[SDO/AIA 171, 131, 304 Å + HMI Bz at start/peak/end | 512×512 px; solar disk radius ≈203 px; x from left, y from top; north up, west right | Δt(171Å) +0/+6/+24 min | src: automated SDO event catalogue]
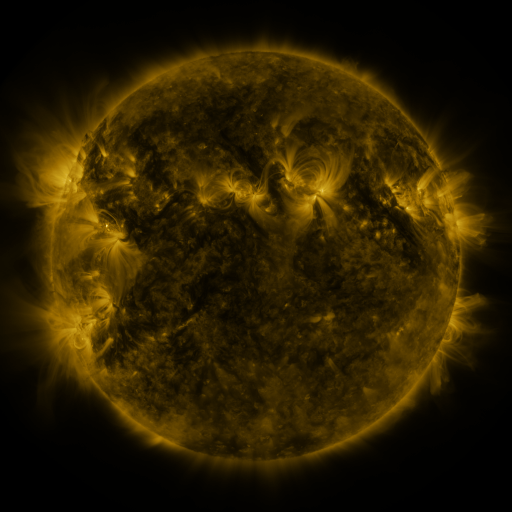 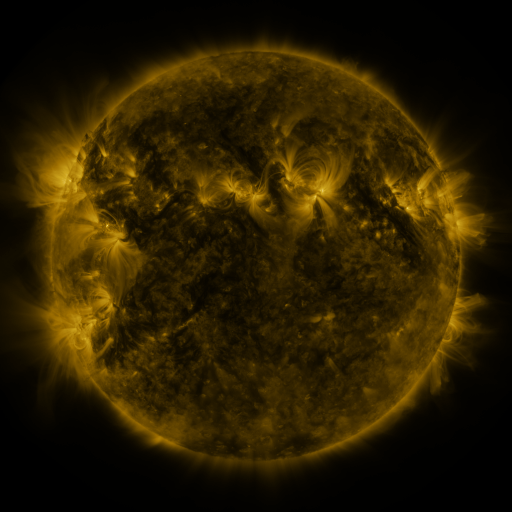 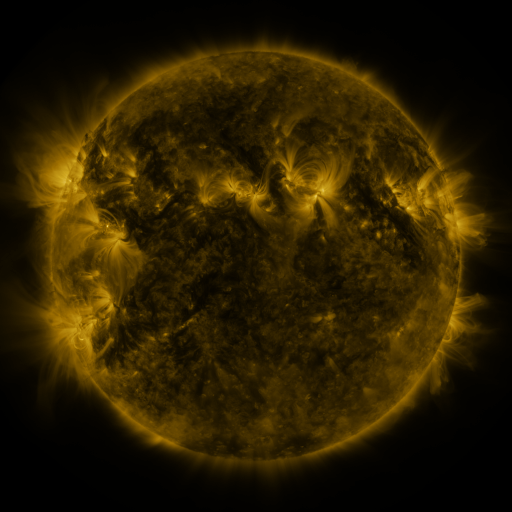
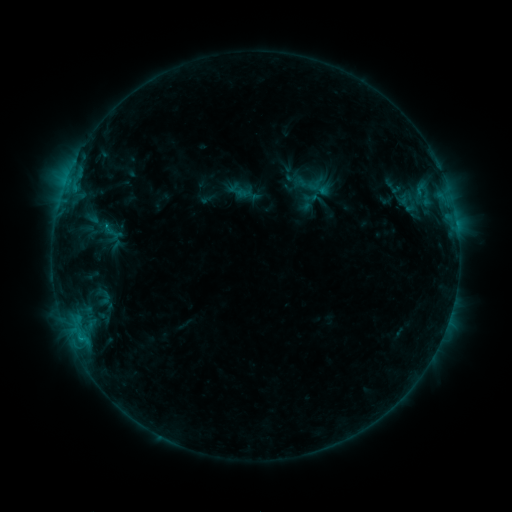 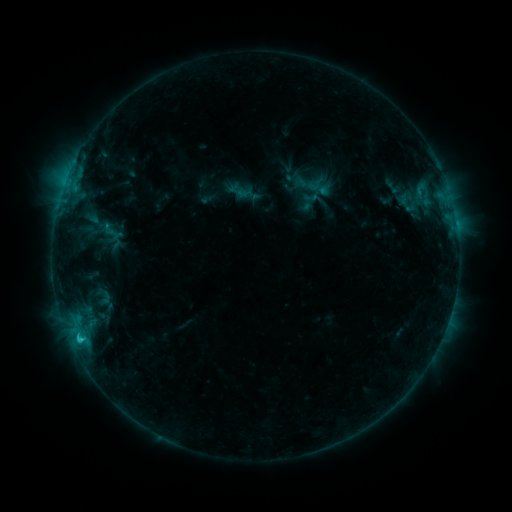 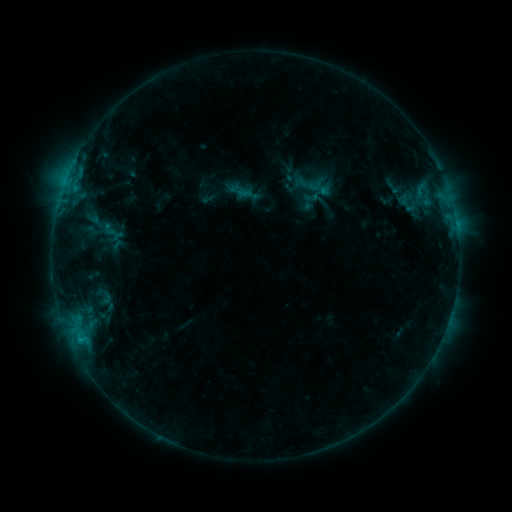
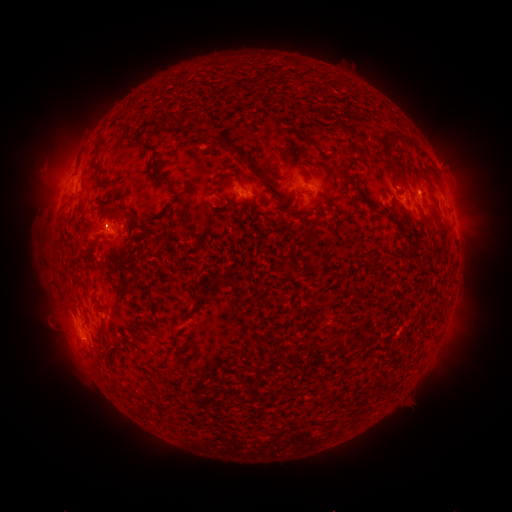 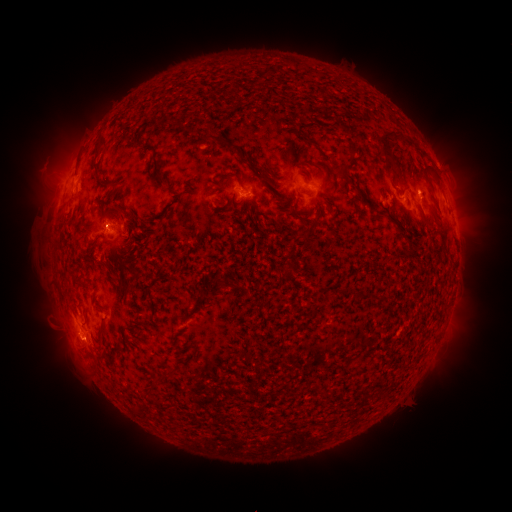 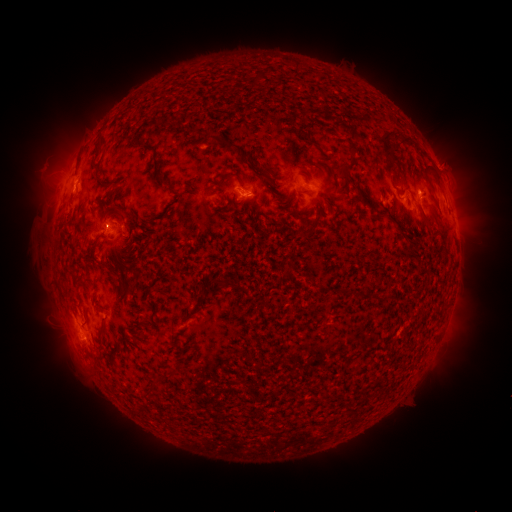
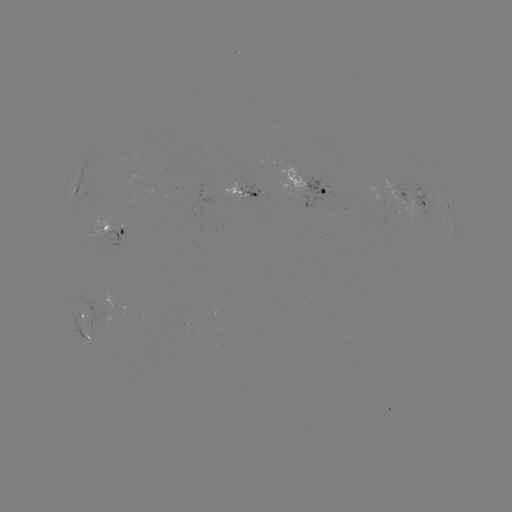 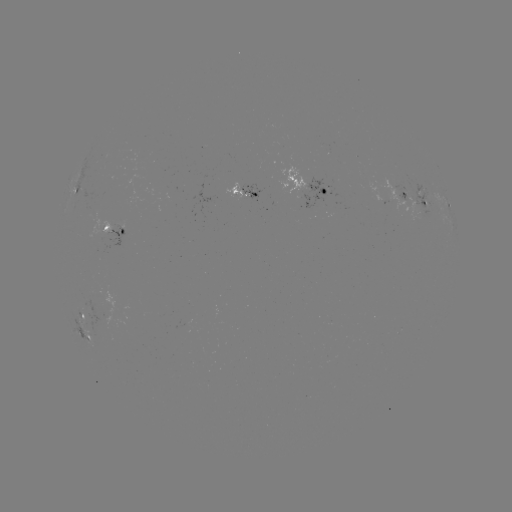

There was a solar flare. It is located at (81, 336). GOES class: C1.1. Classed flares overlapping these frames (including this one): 1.